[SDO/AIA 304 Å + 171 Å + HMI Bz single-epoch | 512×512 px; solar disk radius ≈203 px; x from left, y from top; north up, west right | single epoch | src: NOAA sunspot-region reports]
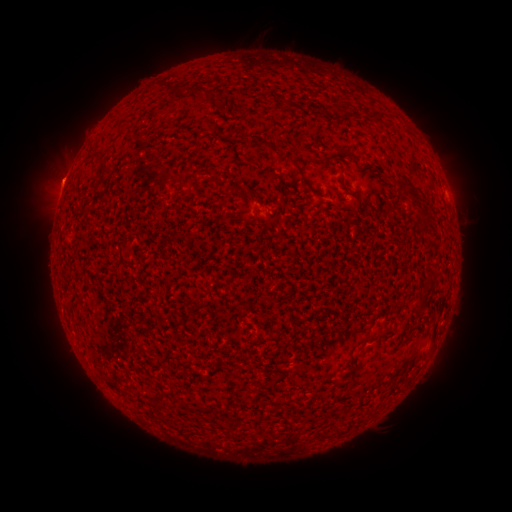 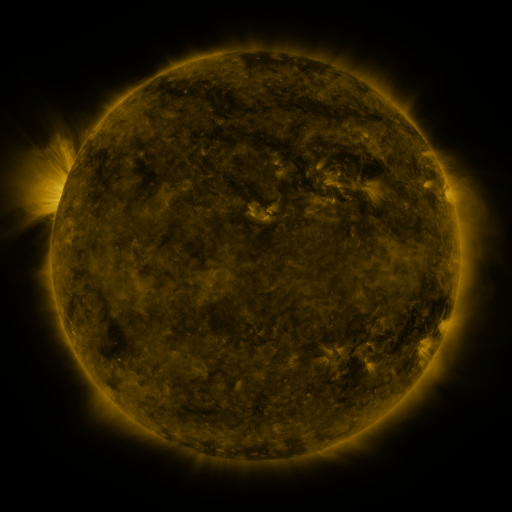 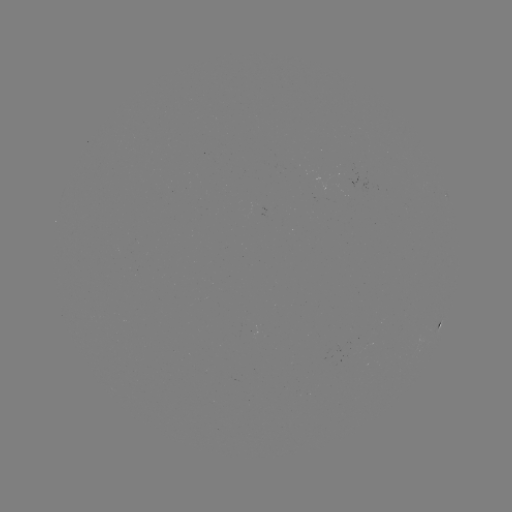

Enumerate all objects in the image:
spotted active region: (445, 195)
spotted active region: (438, 326)
